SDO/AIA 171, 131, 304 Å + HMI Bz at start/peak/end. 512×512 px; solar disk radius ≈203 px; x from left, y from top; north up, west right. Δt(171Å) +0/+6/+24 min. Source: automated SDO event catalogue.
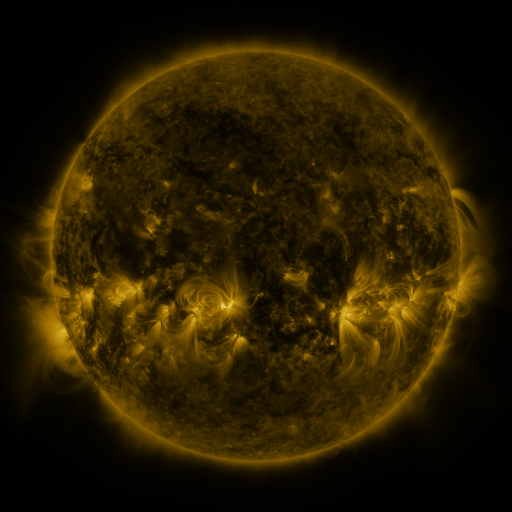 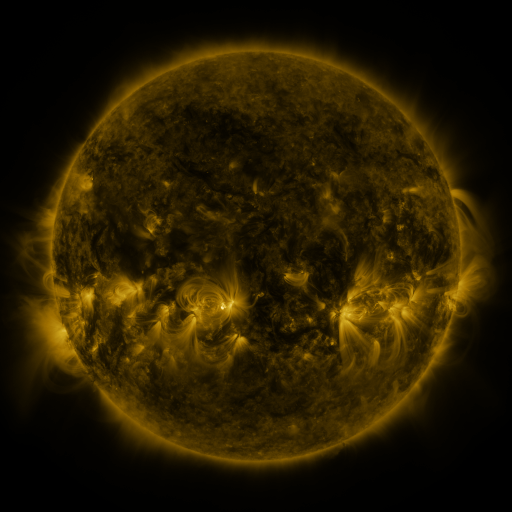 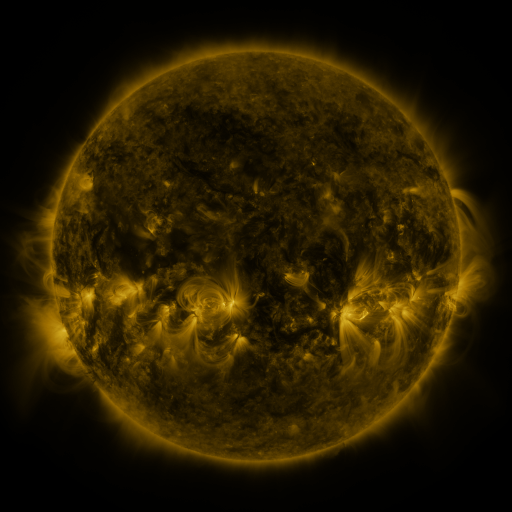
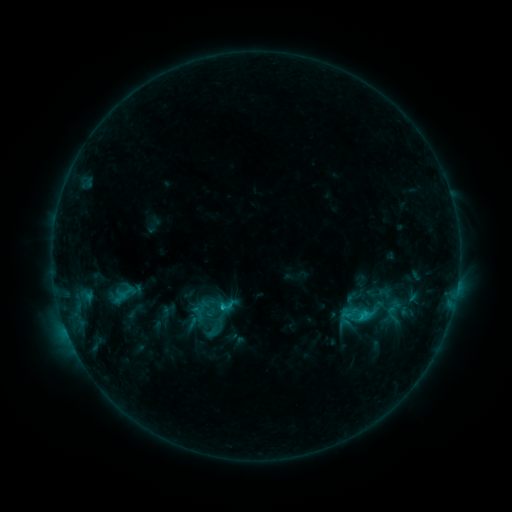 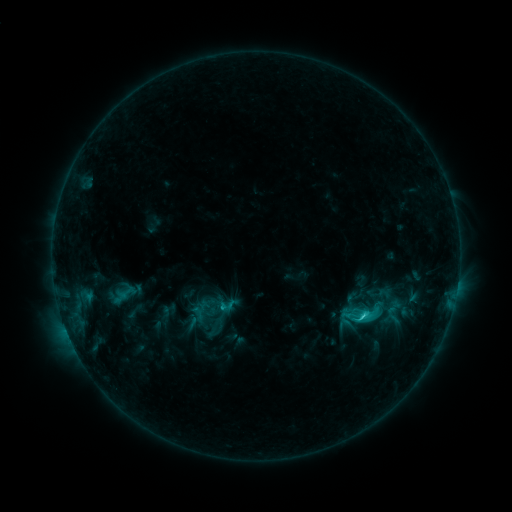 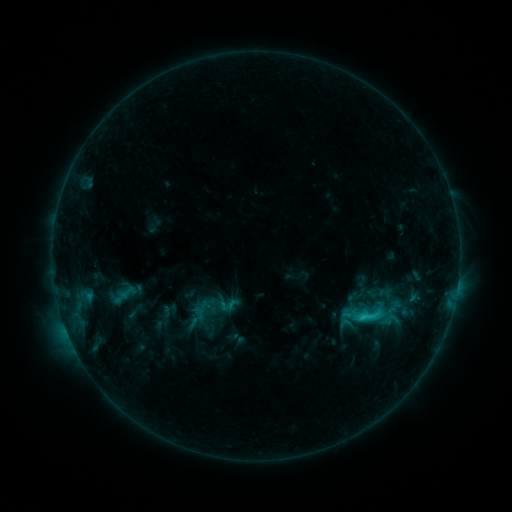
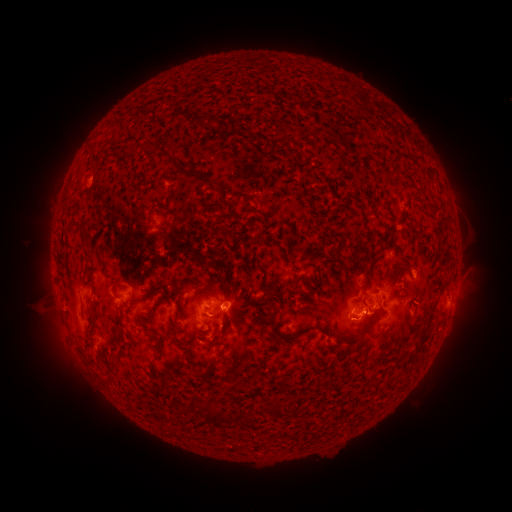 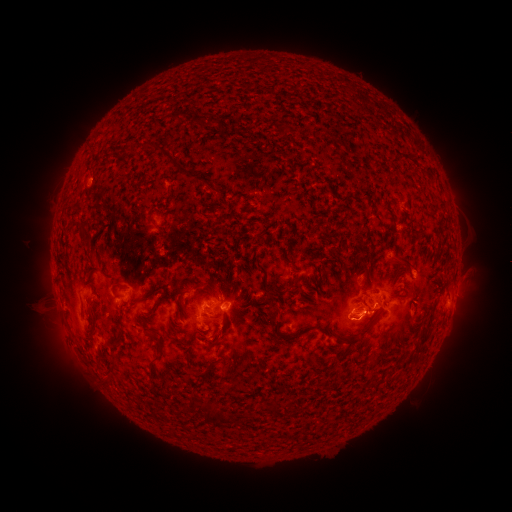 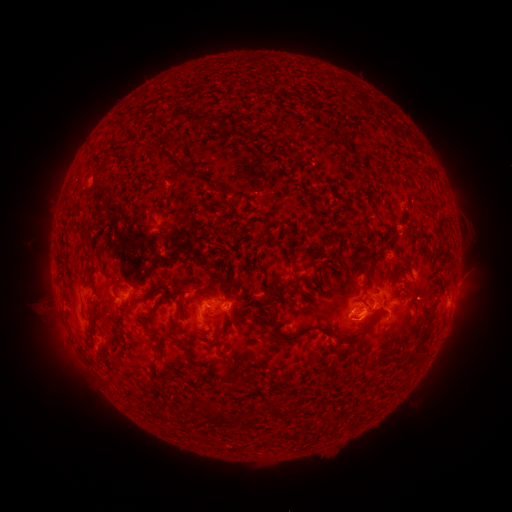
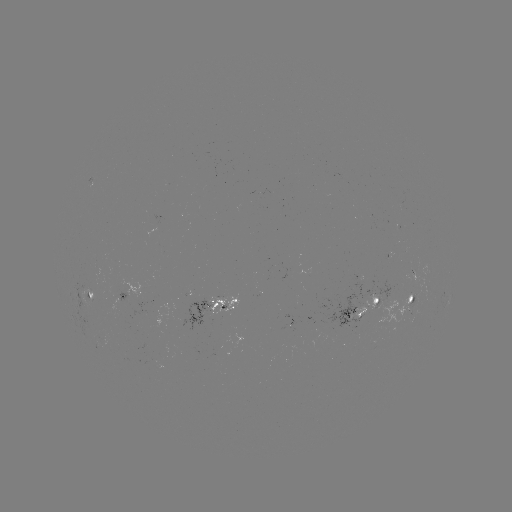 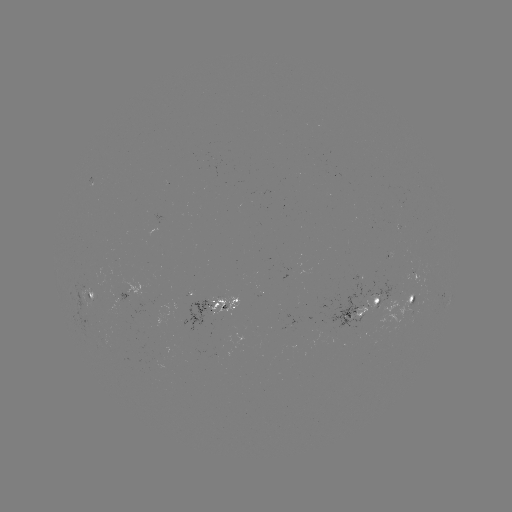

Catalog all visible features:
C2.6 flare: (361, 315)
